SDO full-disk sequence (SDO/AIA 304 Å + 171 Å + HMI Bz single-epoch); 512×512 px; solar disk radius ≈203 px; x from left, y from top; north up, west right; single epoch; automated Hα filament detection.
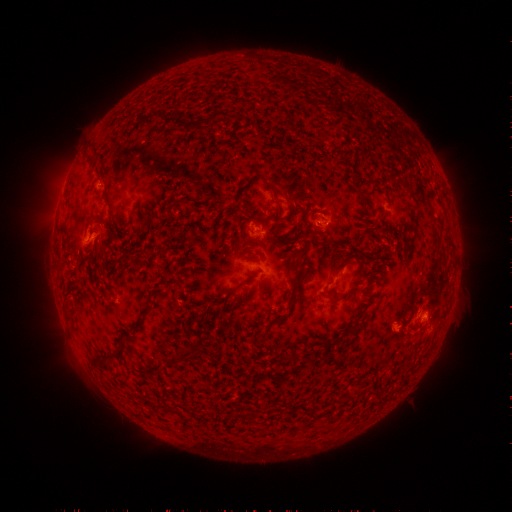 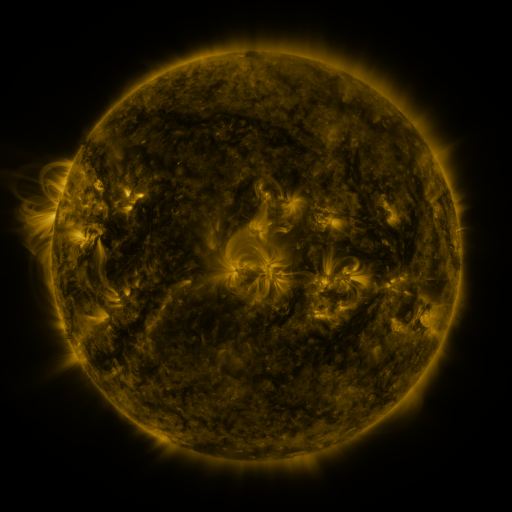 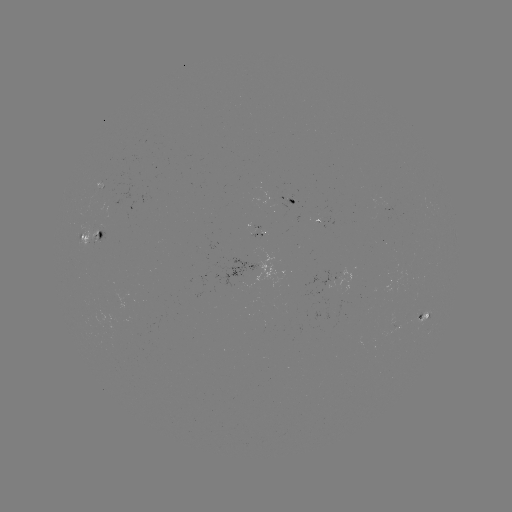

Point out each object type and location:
filament: [84, 214, 95, 225]
filament: [288, 279, 303, 302]
filament: [135, 317, 143, 327]
filament: [174, 348, 196, 362]
filament: [268, 392, 281, 405]
